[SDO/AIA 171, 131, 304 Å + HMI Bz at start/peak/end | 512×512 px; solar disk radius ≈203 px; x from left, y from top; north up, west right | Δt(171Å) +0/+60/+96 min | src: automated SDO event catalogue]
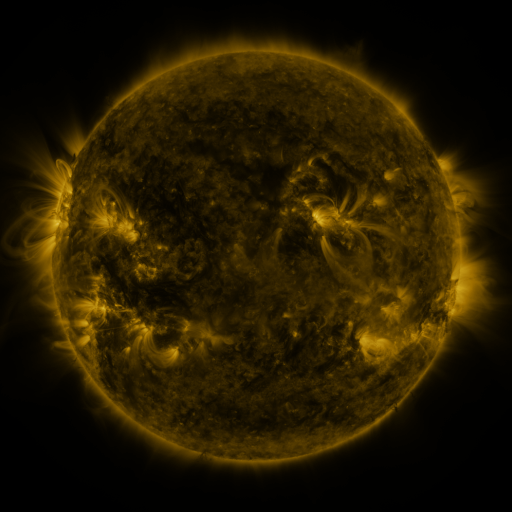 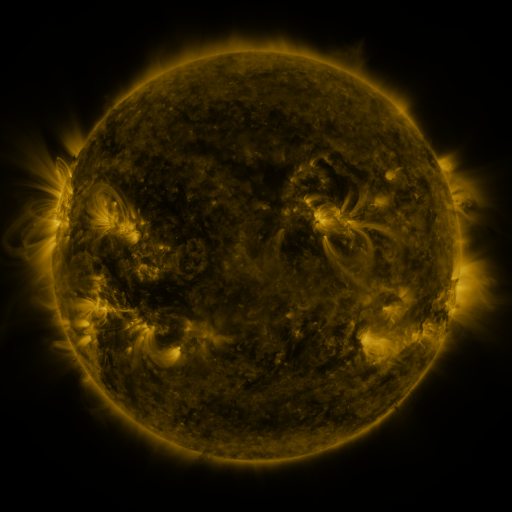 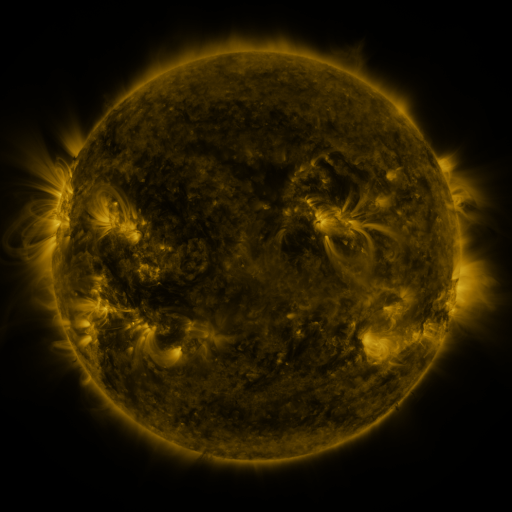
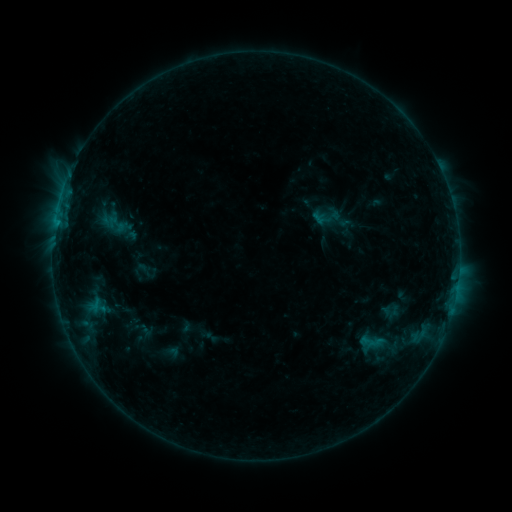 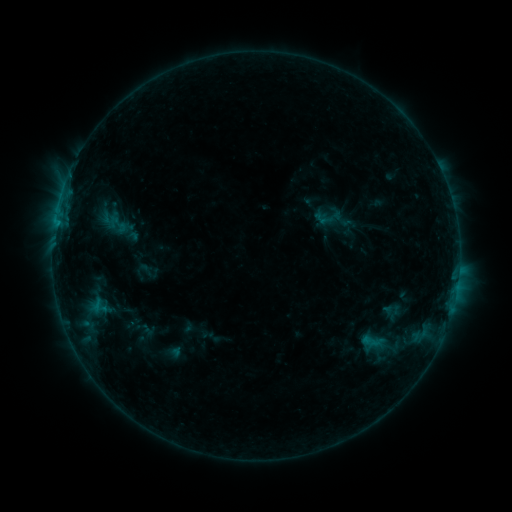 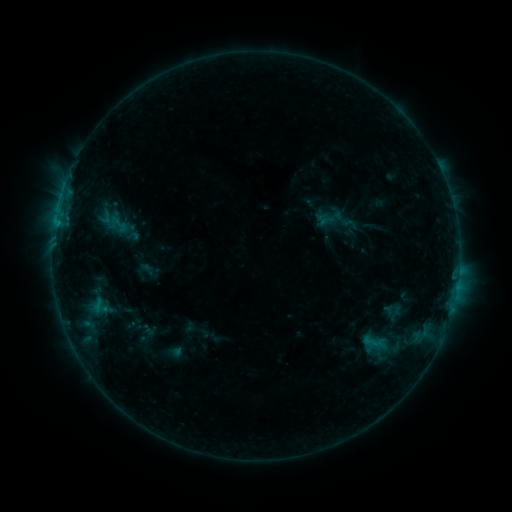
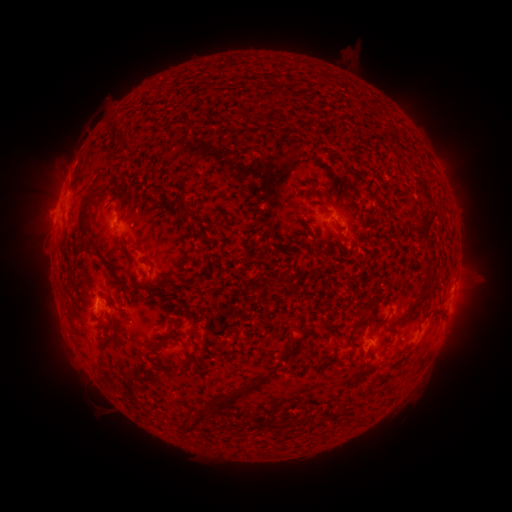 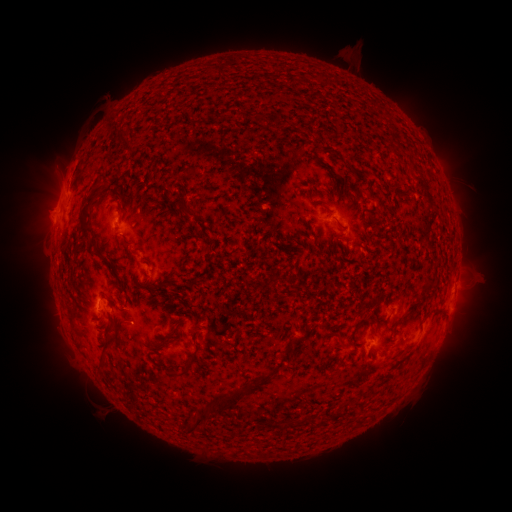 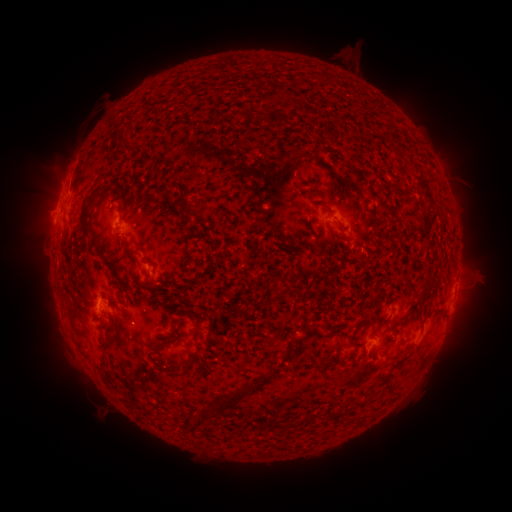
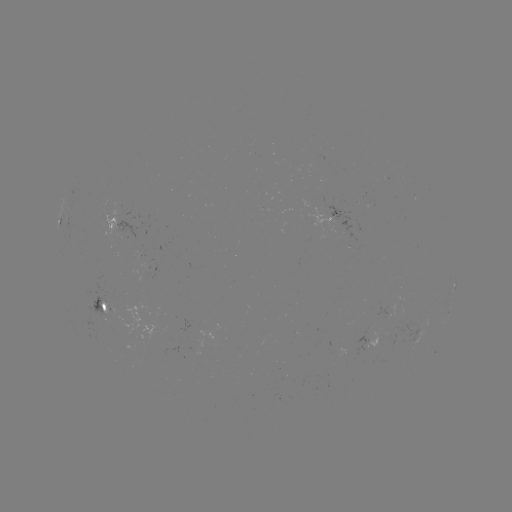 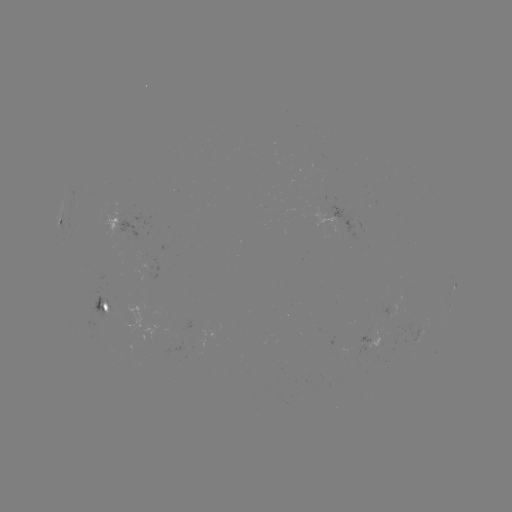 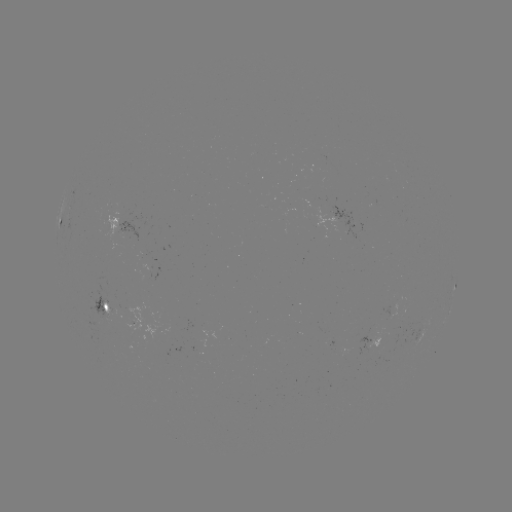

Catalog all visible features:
emerging-flux region: (125, 236)
